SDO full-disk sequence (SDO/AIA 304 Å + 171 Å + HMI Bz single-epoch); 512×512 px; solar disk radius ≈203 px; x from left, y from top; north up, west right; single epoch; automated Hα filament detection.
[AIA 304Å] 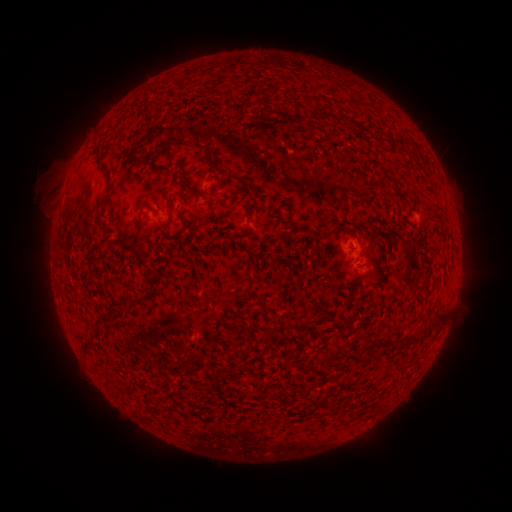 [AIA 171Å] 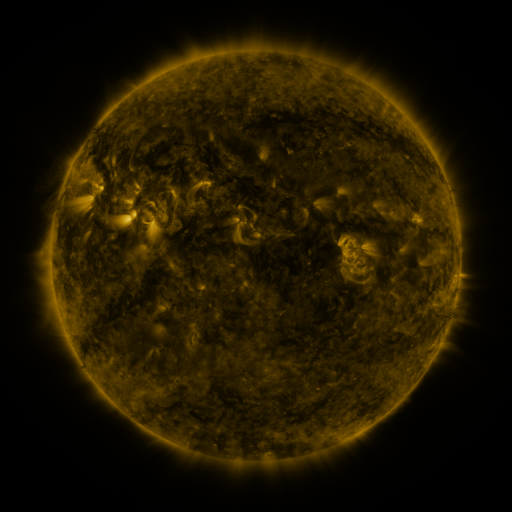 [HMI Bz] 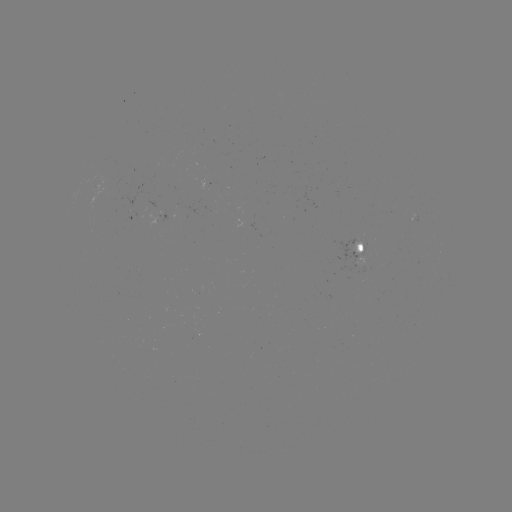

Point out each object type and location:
filament: <bbox>342, 119, 352, 128</bbox>
filament: <bbox>157, 135, 192, 150</bbox>
filament: <bbox>197, 139, 228, 175</bbox>
filament: <bbox>93, 145, 102, 167</bbox>
filament: <bbox>377, 174, 394, 190</bbox>
filament: <bbox>240, 179, 258, 193</bbox>
filament: <bbox>105, 191, 112, 205</bbox>
filament: <bbox>204, 196, 212, 209</bbox>
filament: <bbox>165, 198, 183, 220</bbox>
filament: <bbox>136, 216, 145, 228</bbox>
filament: <bbox>432, 310, 445, 322</bbox>
filament: <bbox>405, 330, 420, 342</bbox>
filament: <bbox>373, 335, 390, 348</bbox>
filament: <bbox>362, 338, 372, 348</bbox>
filament: <bbox>319, 354, 338, 363</bbox>
